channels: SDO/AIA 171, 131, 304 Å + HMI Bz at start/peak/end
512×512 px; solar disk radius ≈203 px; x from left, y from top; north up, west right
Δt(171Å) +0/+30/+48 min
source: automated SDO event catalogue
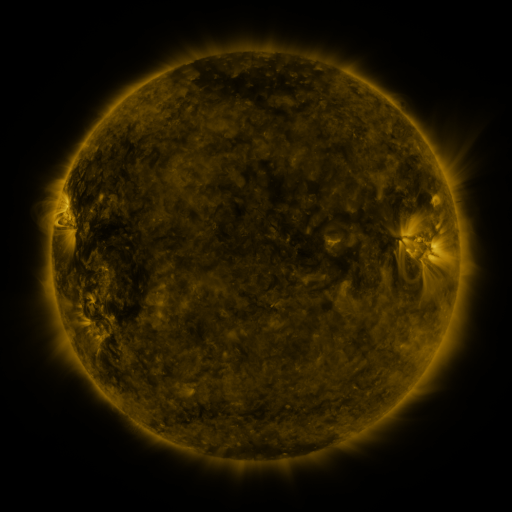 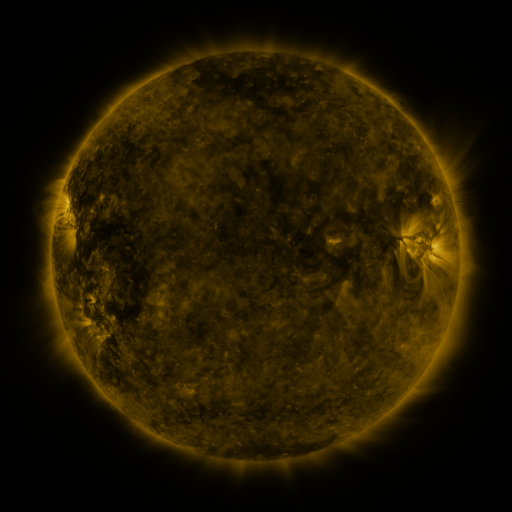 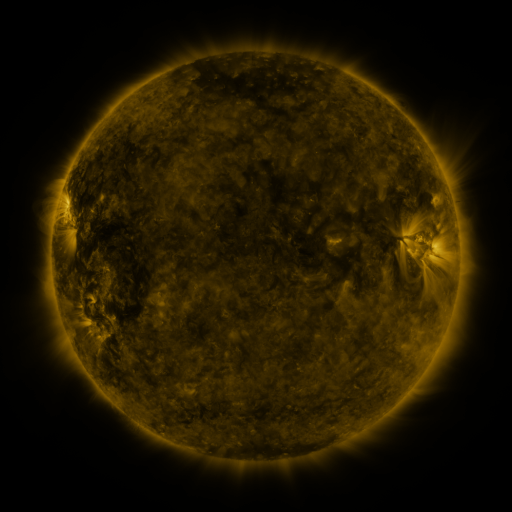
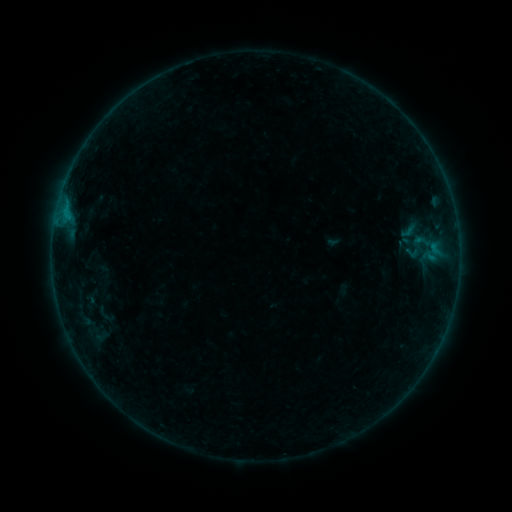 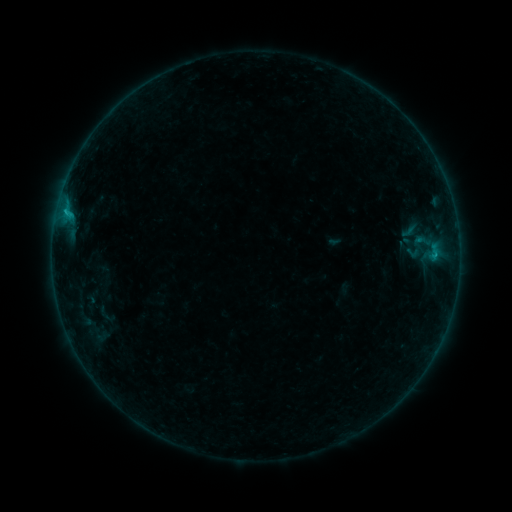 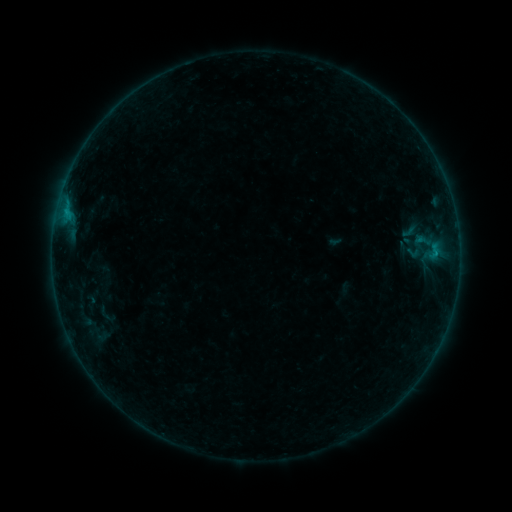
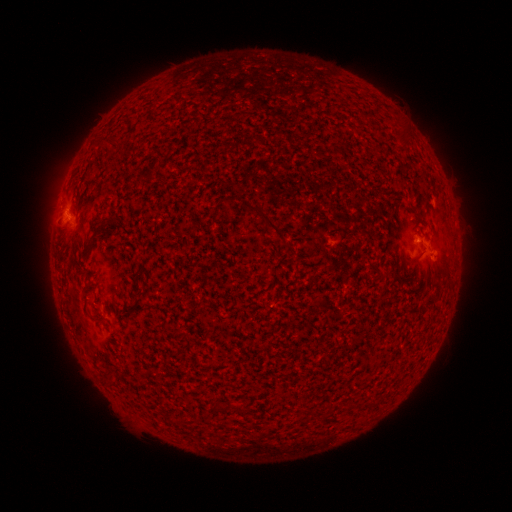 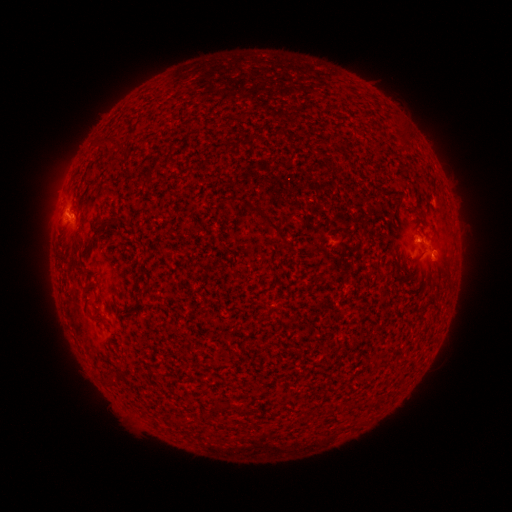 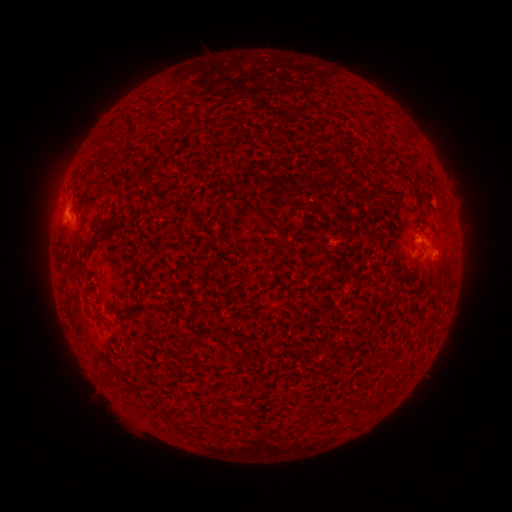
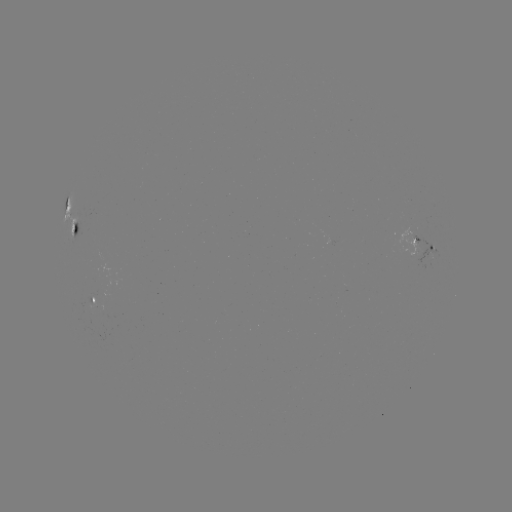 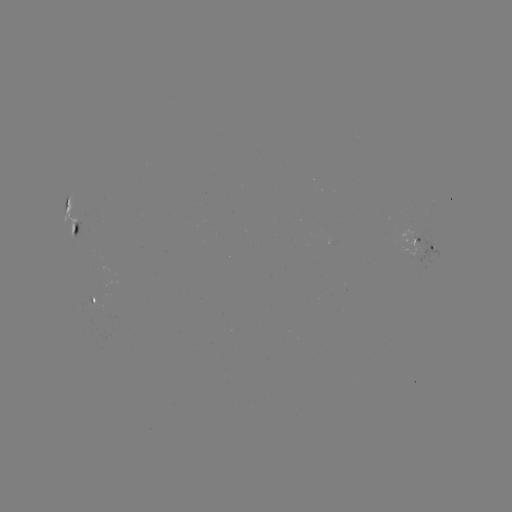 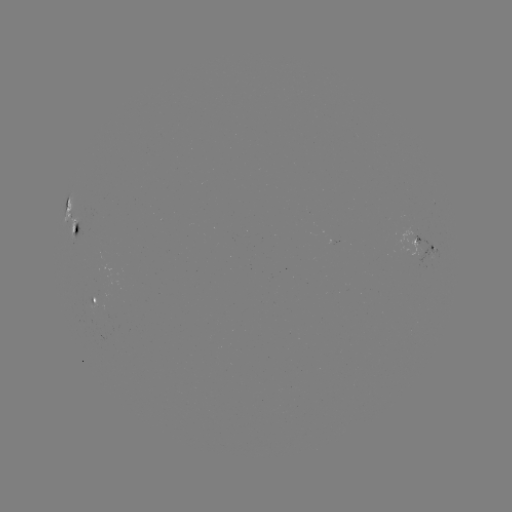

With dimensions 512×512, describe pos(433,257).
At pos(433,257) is B5.4 flare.